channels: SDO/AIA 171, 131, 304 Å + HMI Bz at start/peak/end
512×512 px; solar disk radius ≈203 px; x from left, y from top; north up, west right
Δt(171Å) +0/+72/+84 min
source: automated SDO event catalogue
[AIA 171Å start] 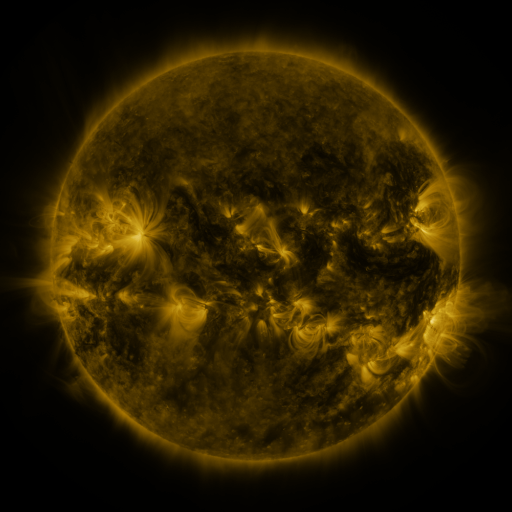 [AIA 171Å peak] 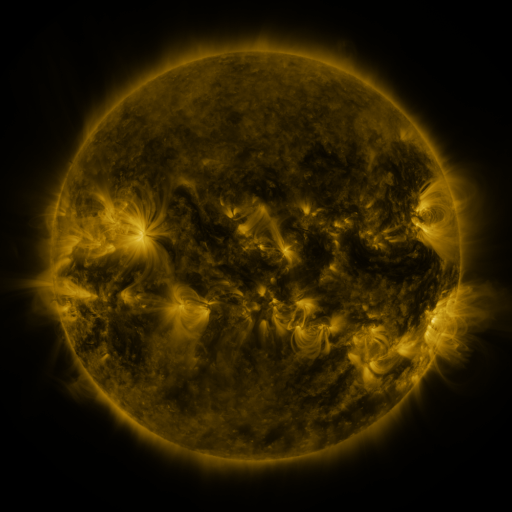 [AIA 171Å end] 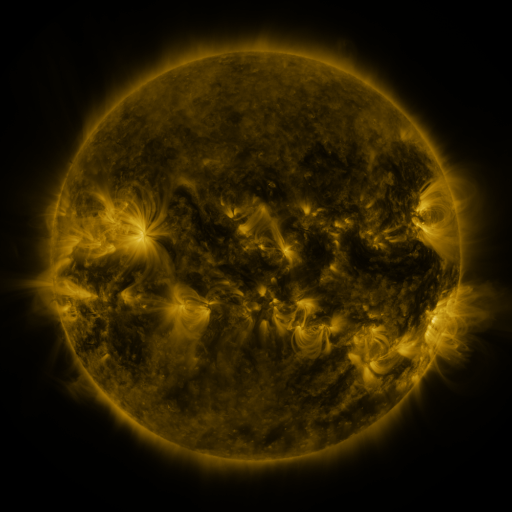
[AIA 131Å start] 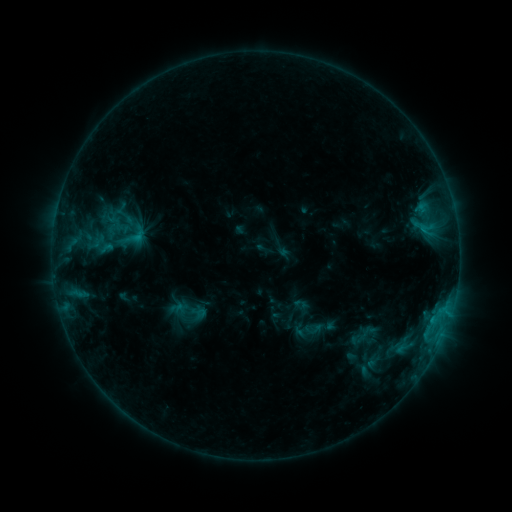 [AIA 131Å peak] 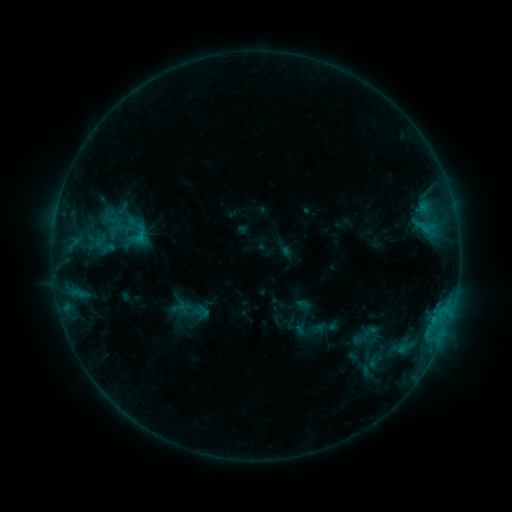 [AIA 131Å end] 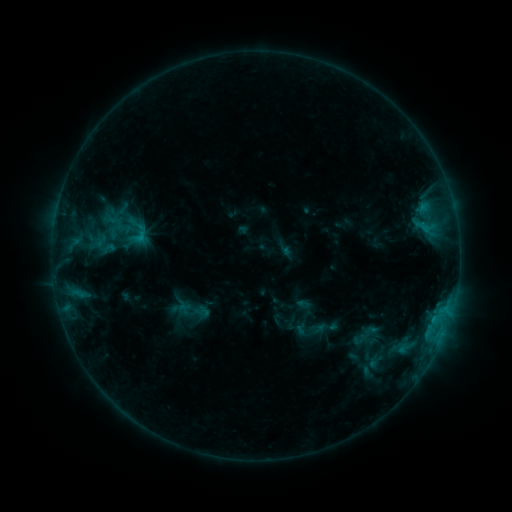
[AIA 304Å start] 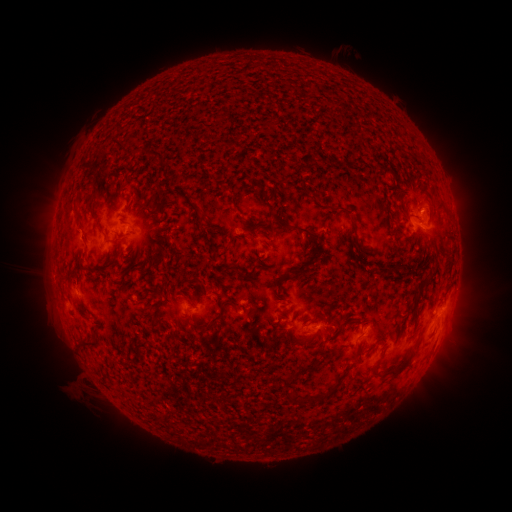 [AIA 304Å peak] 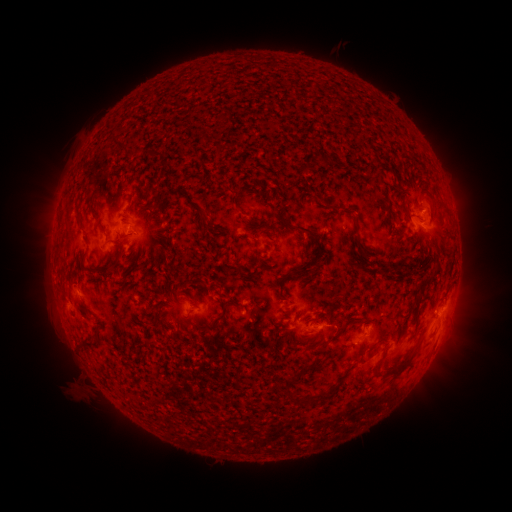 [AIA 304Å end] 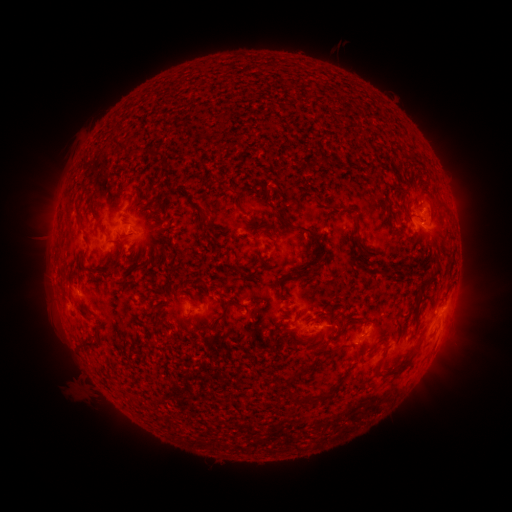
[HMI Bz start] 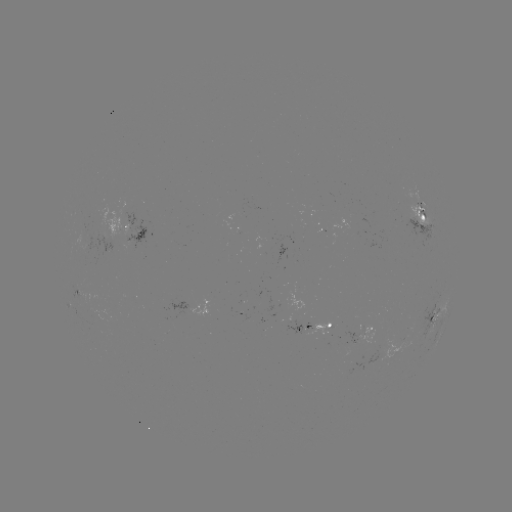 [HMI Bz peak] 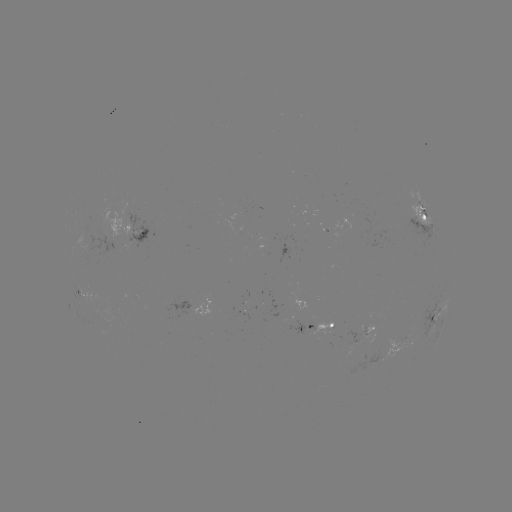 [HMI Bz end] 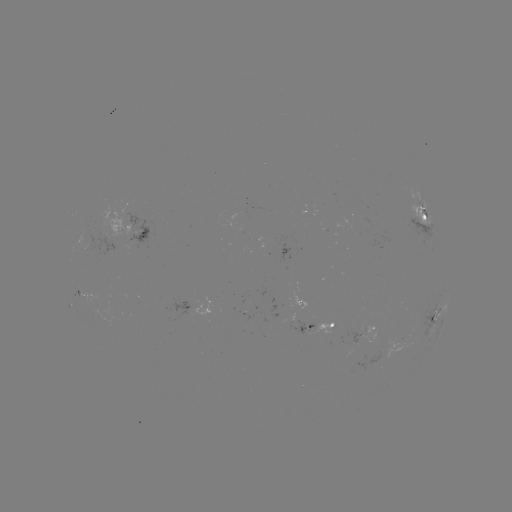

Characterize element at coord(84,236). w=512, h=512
emerging-flux region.